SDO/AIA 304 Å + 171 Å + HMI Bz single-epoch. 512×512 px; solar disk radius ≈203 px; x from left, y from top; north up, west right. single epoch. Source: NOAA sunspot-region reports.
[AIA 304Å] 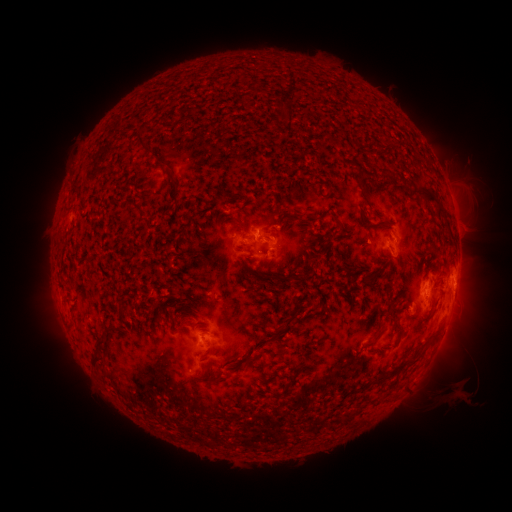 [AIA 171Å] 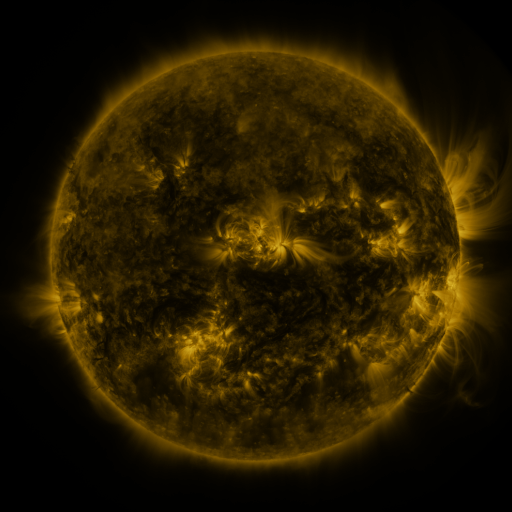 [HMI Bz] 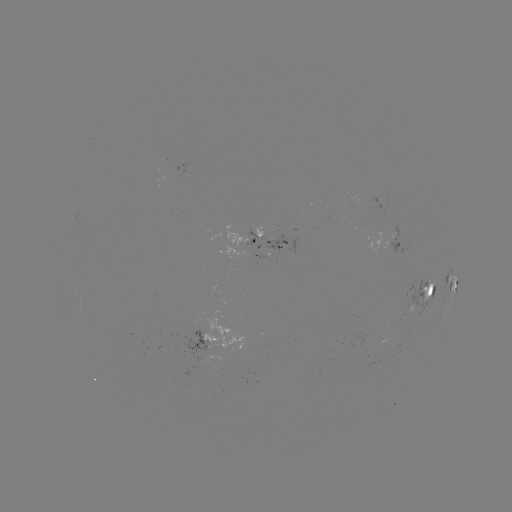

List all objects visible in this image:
spotted active region: (238, 238)
spotted active region: (270, 245)
spotted active region: (399, 245)
spotted active region: (452, 283)
spotted active region: (430, 291)
spotted active region: (447, 321)
spotted active region: (212, 338)
spotted active region: (200, 363)
